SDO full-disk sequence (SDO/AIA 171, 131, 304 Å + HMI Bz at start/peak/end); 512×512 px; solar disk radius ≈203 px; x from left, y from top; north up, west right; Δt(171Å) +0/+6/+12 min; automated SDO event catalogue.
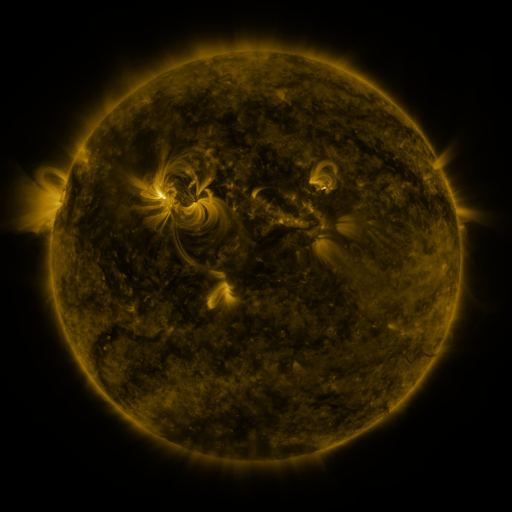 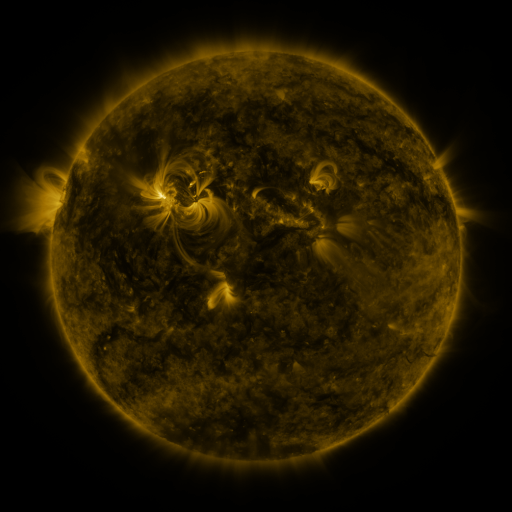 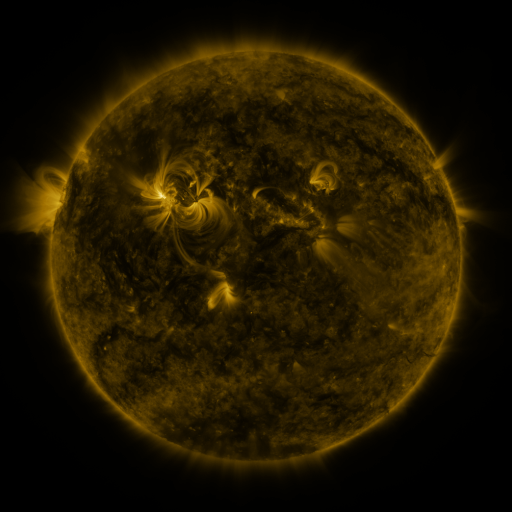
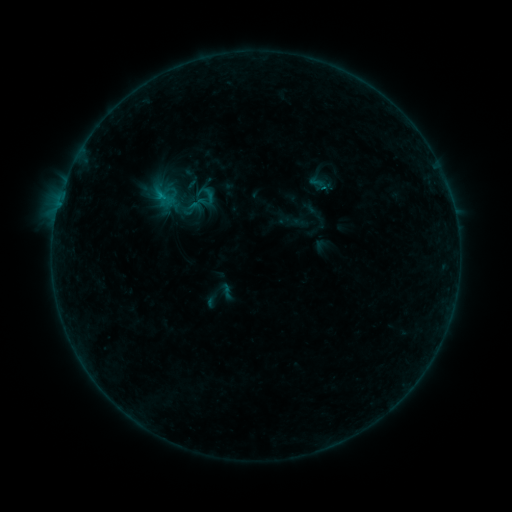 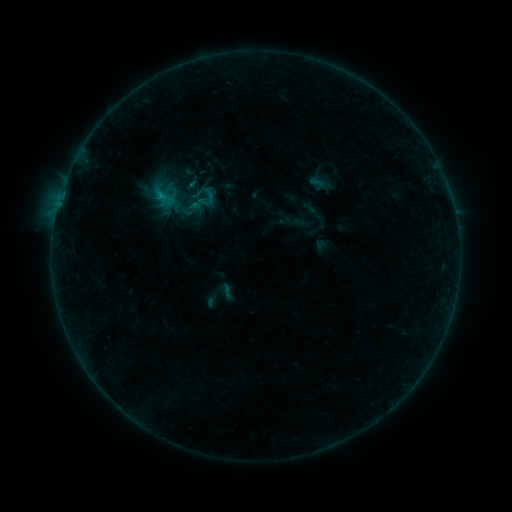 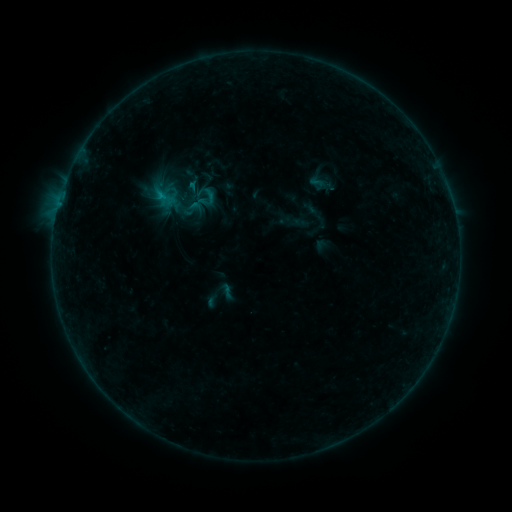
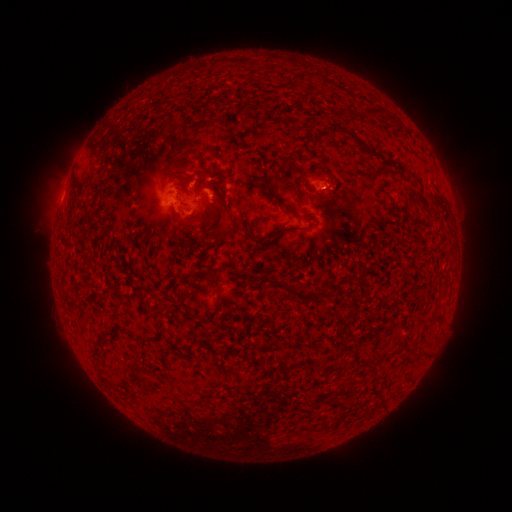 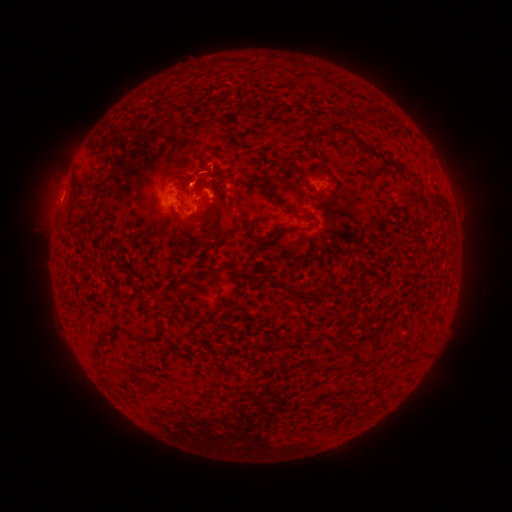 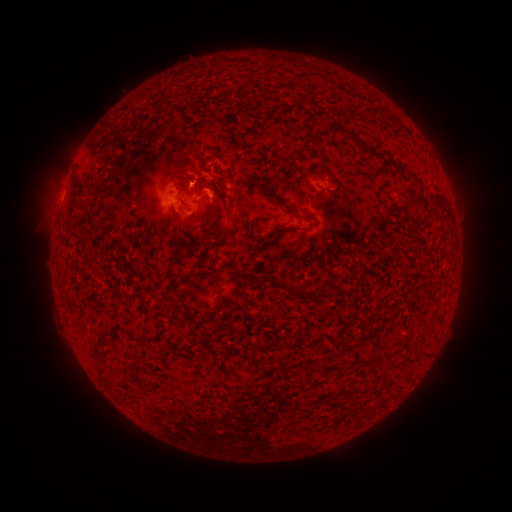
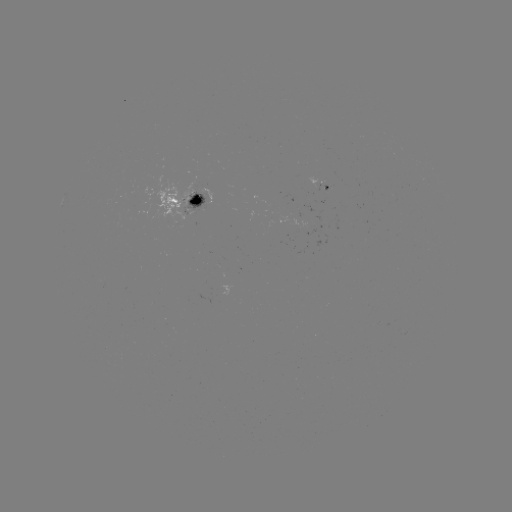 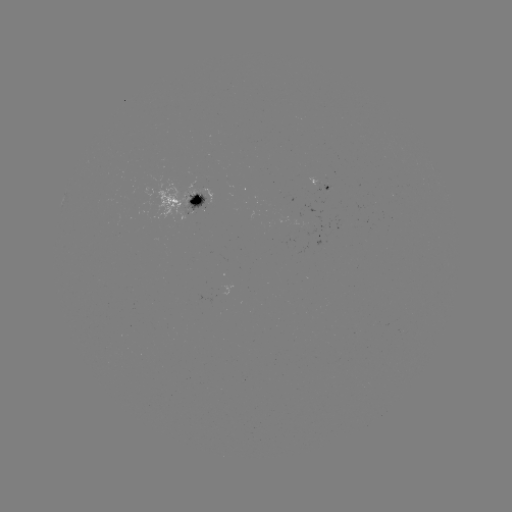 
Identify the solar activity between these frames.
eruption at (193, 175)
